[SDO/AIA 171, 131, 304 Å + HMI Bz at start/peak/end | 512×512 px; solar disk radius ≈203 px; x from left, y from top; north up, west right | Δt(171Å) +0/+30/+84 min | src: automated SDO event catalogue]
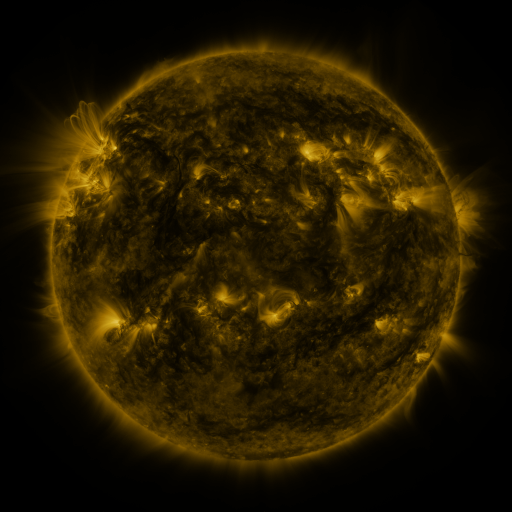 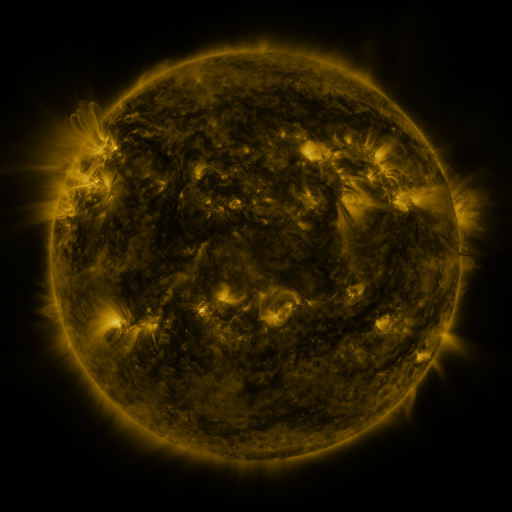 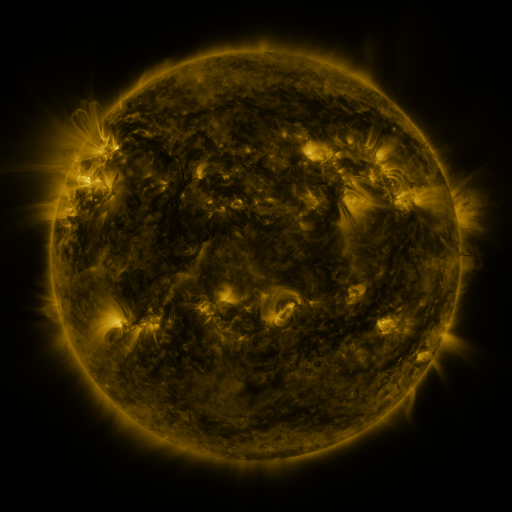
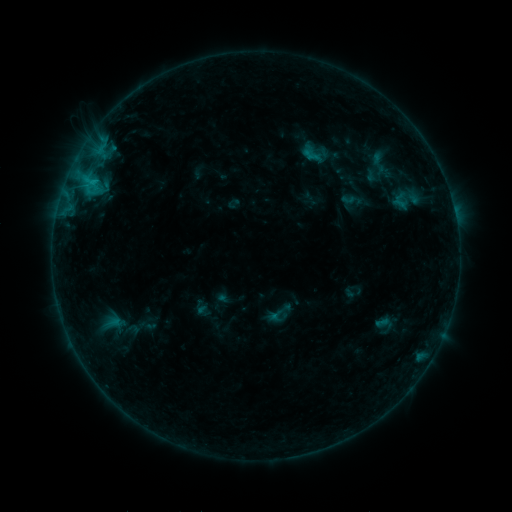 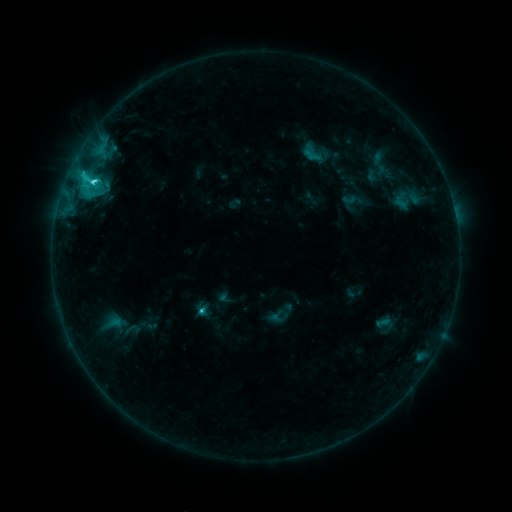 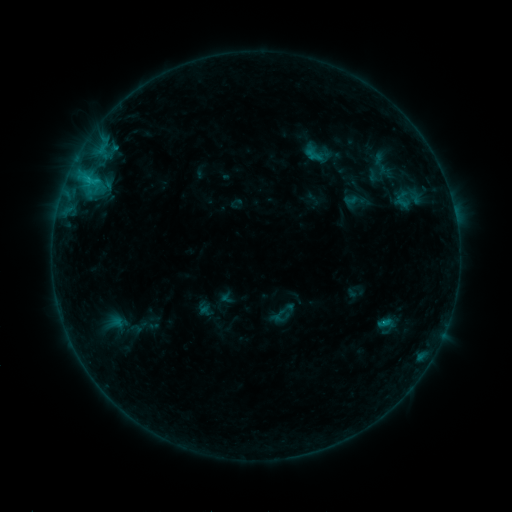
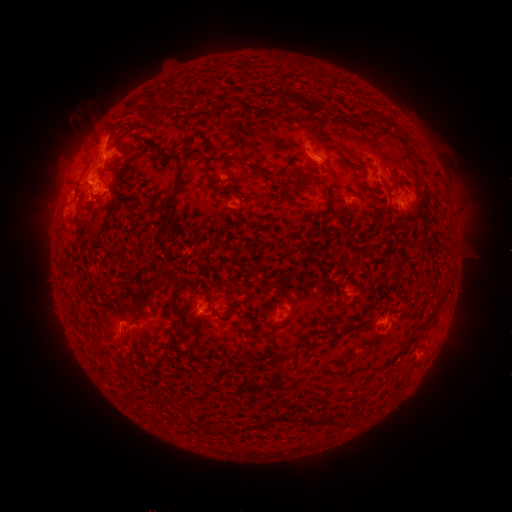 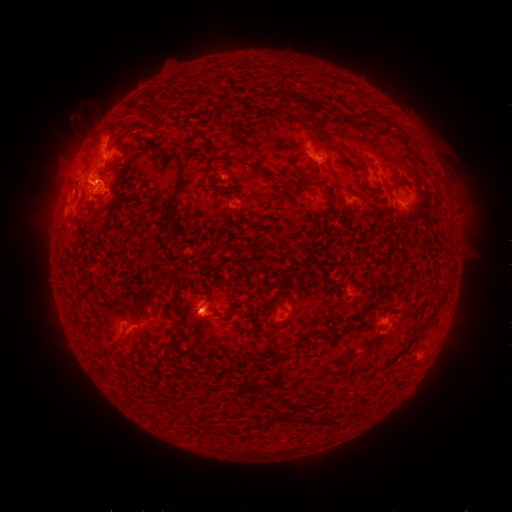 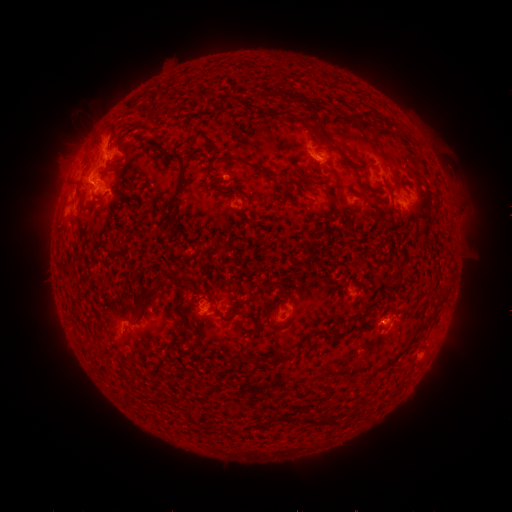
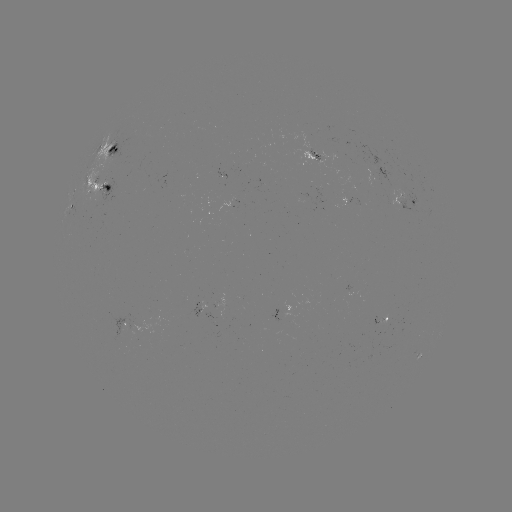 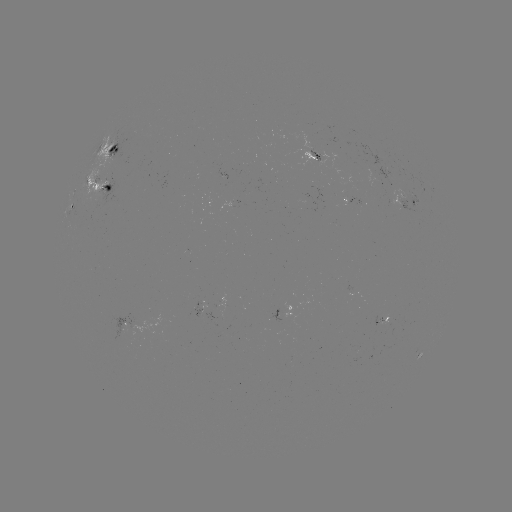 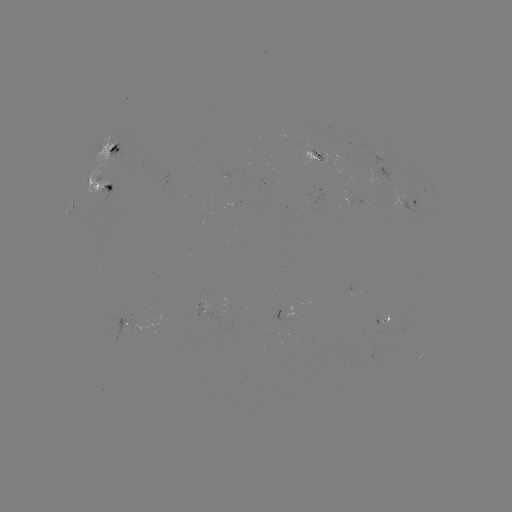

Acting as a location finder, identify C3.9 flare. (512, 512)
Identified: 93,184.